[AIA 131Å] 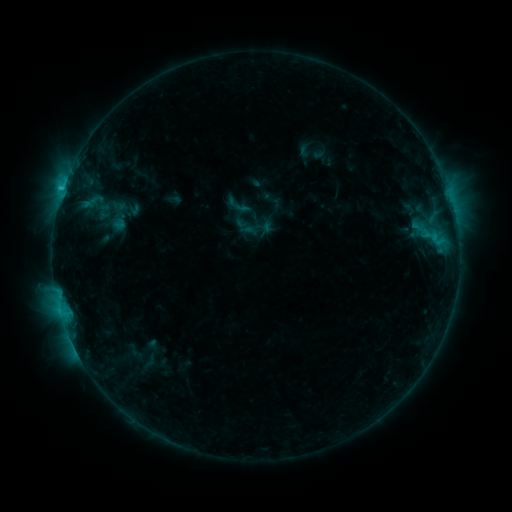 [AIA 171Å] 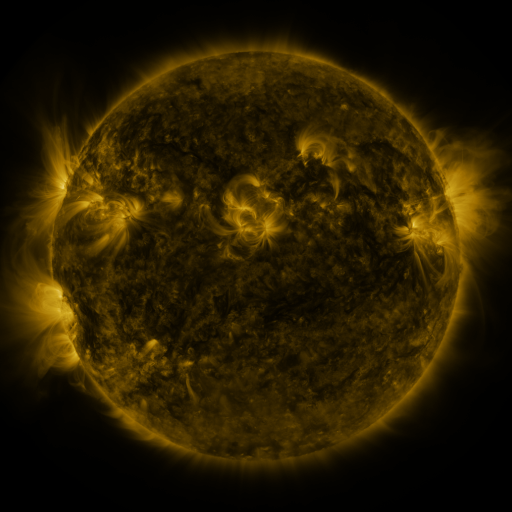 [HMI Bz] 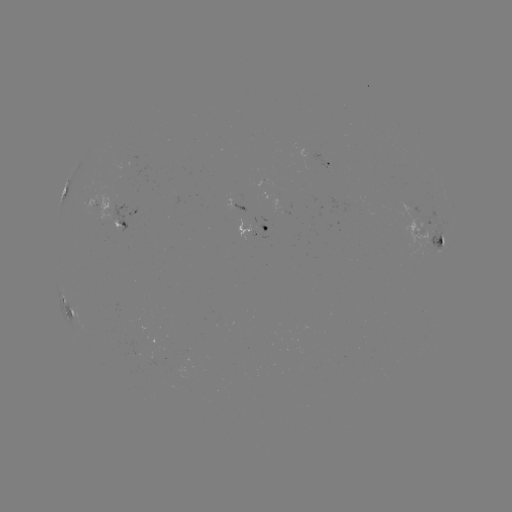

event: sigmoid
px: (238, 205)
